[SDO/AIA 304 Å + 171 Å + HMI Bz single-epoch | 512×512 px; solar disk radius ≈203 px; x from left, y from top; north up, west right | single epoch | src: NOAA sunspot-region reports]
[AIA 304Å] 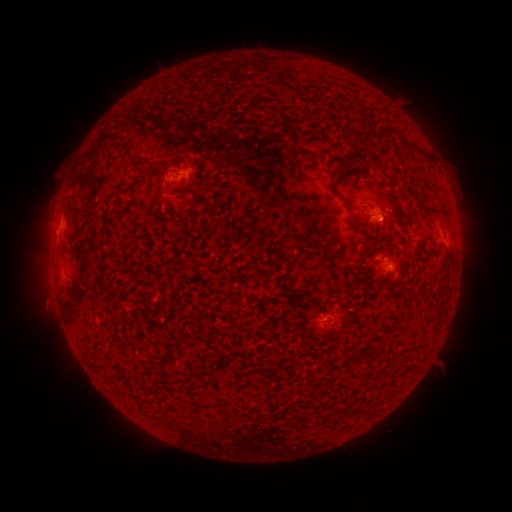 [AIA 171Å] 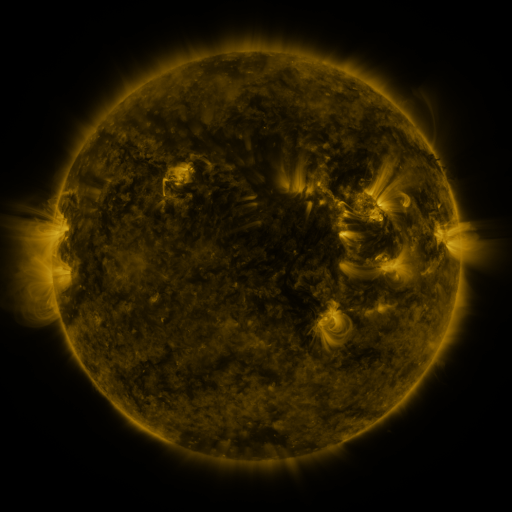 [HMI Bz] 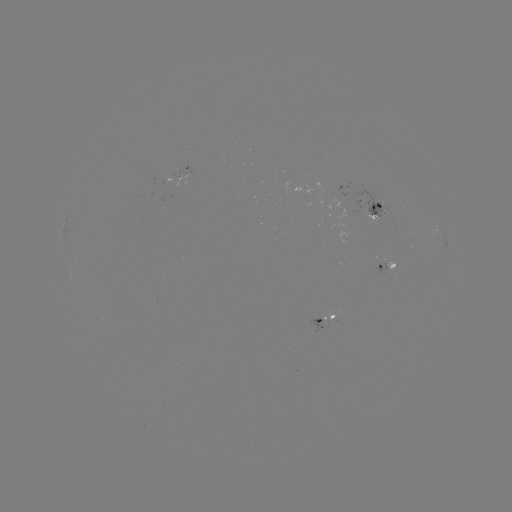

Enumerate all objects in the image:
spotted active region: (187, 177)
spotted active region: (374, 212)
spotted active region: (386, 265)
spotted active region: (324, 320)
